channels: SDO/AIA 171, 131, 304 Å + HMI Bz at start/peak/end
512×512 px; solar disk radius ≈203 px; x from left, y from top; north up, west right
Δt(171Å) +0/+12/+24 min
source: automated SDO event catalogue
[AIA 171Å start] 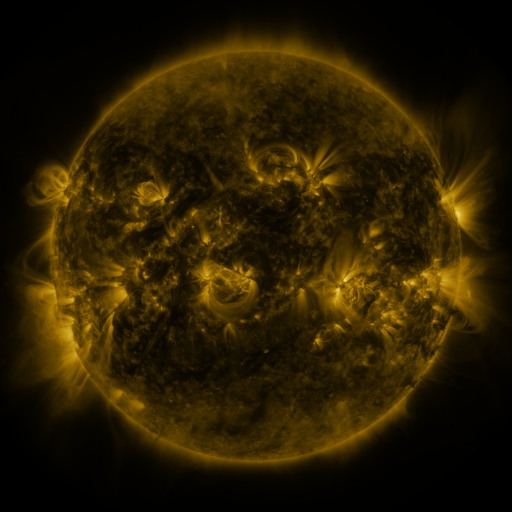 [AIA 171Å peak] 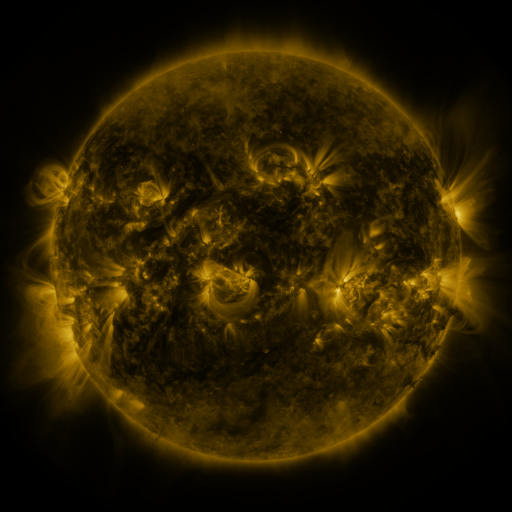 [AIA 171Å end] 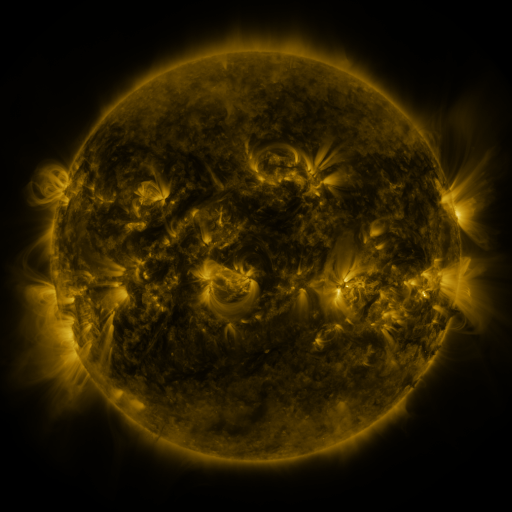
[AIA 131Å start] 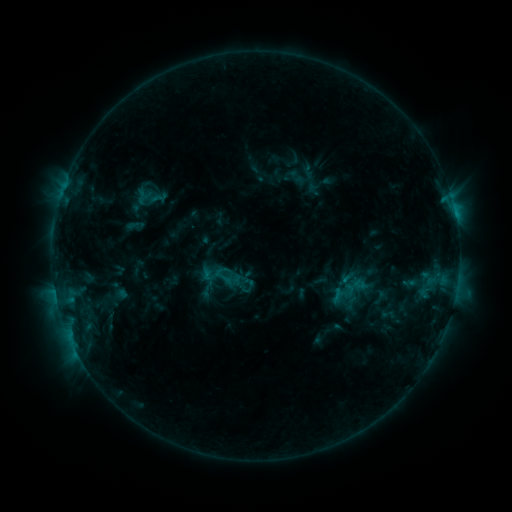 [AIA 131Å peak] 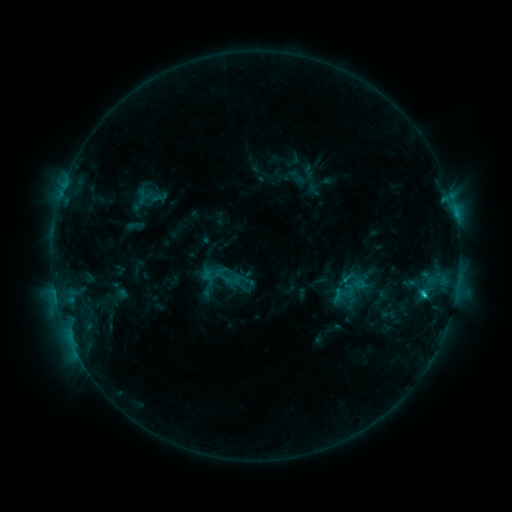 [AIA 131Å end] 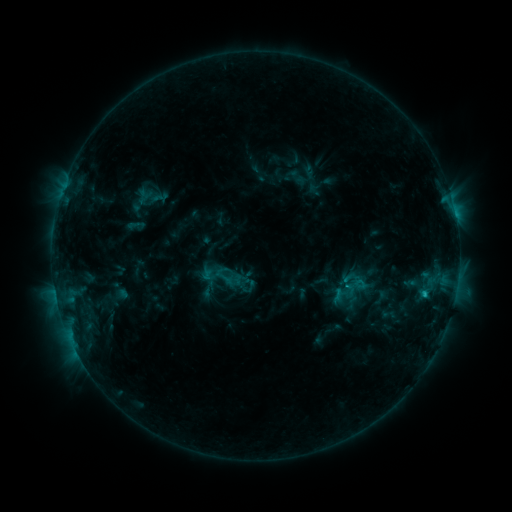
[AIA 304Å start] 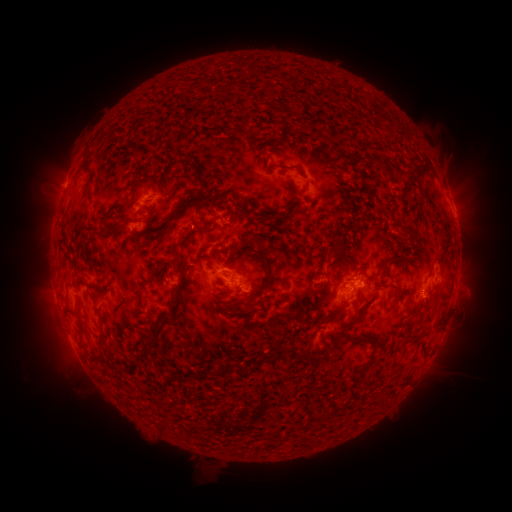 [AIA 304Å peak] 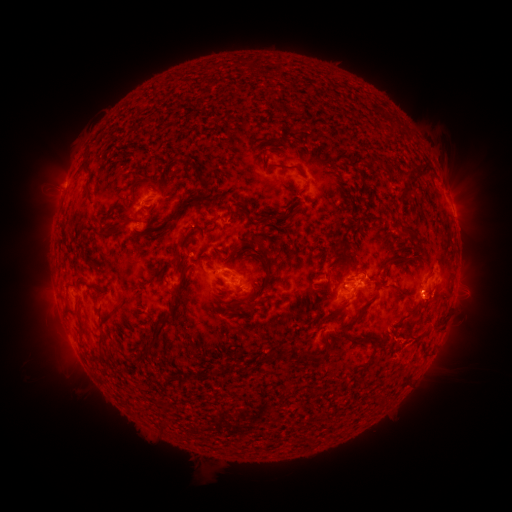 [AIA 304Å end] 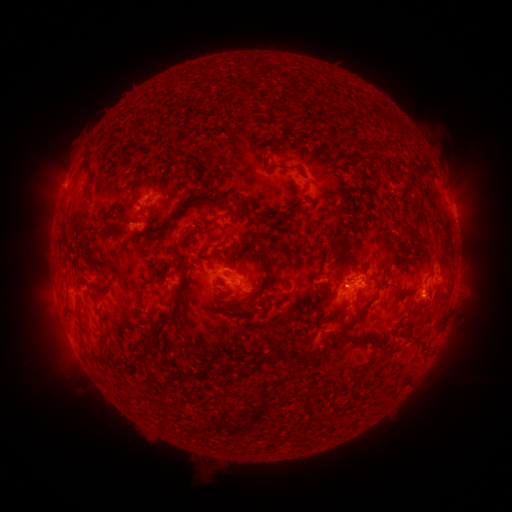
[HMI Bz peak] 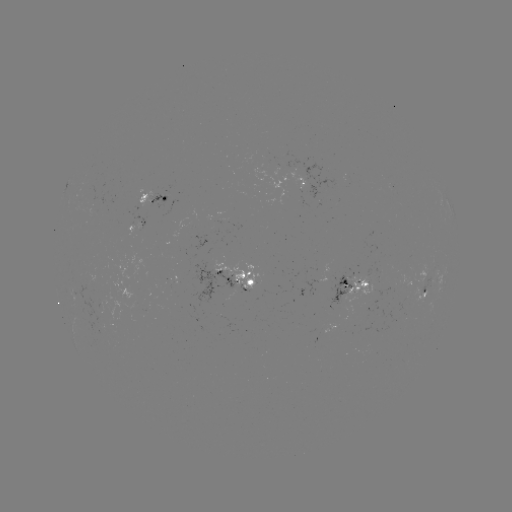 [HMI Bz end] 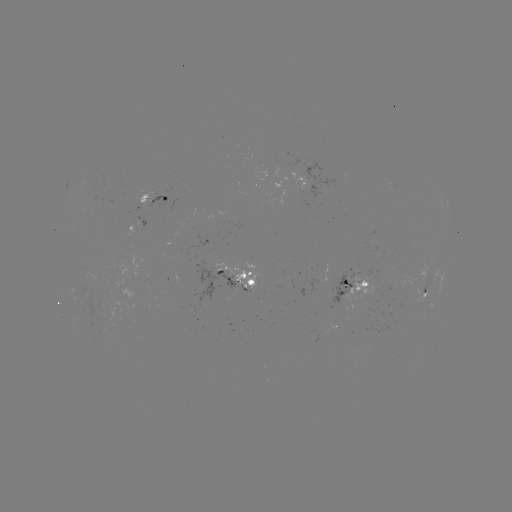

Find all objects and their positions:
C1.4 flare: (423, 292)
